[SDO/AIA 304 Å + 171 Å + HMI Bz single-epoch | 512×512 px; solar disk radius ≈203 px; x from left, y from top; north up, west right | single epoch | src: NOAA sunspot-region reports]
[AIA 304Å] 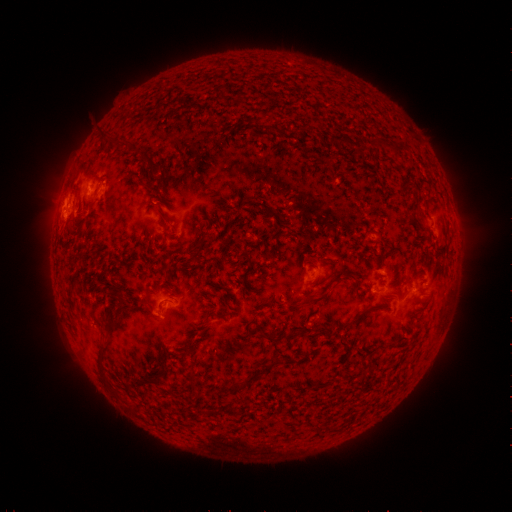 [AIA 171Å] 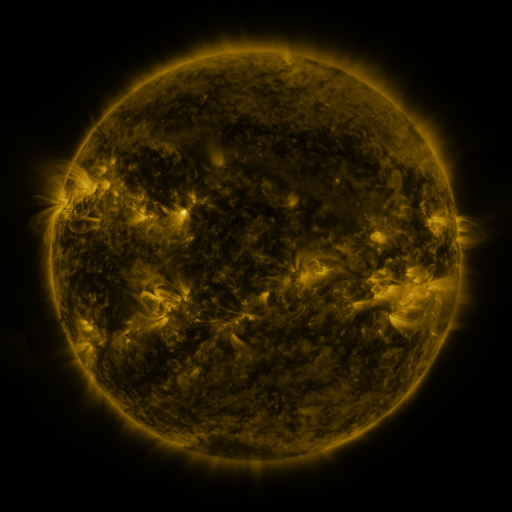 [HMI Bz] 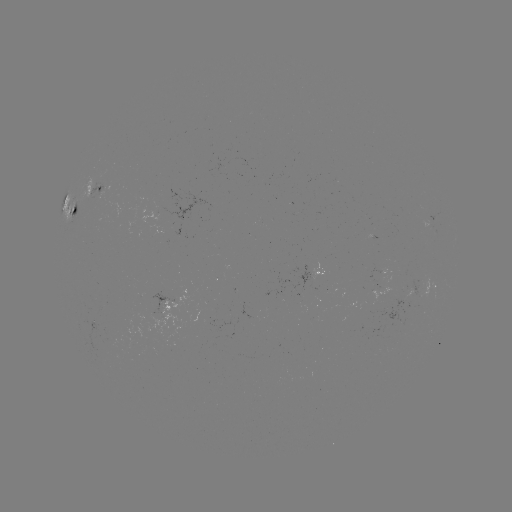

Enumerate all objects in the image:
spotted active region: (95, 191)
spotted active region: (77, 212)
spotted active region: (315, 274)
spotted active region: (433, 286)
spotted active region: (169, 306)
